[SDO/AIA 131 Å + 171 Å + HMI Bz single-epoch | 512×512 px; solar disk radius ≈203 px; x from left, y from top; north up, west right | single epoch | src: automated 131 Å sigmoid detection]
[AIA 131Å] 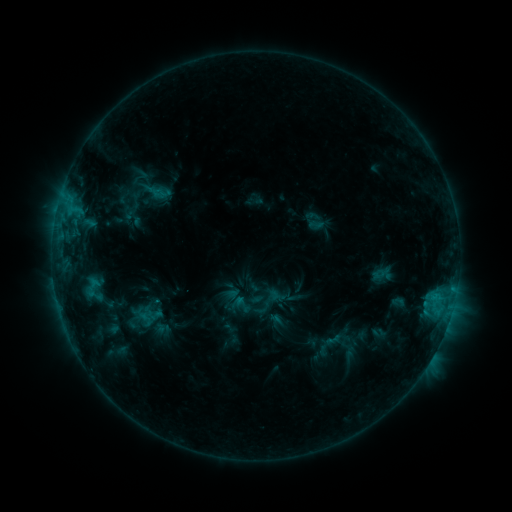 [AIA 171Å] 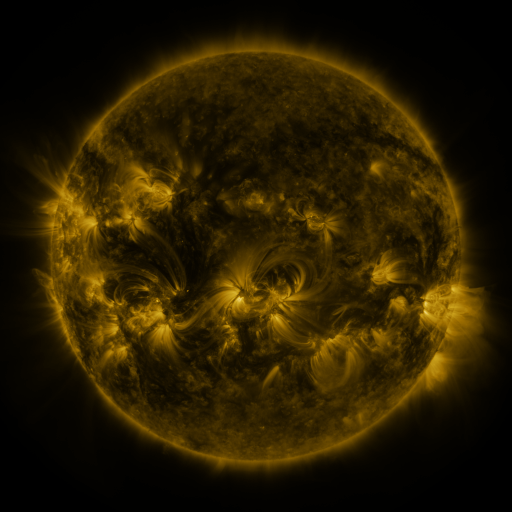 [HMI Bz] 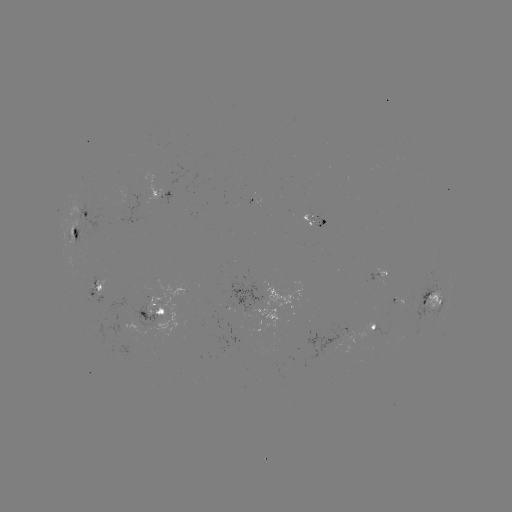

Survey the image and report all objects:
sigmoid: <bbox>134, 310, 158, 328</bbox>
sigmoid: <bbox>324, 331, 341, 348</bbox>
